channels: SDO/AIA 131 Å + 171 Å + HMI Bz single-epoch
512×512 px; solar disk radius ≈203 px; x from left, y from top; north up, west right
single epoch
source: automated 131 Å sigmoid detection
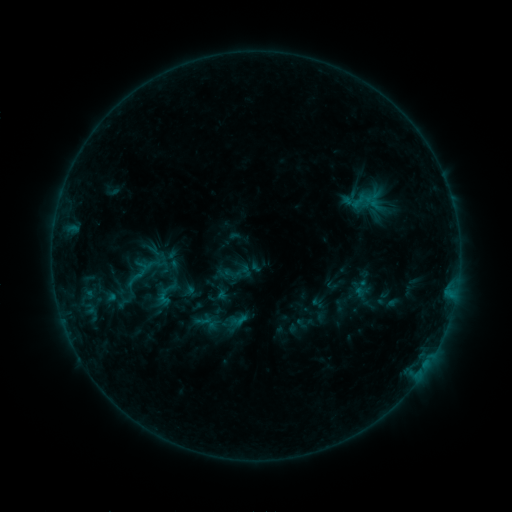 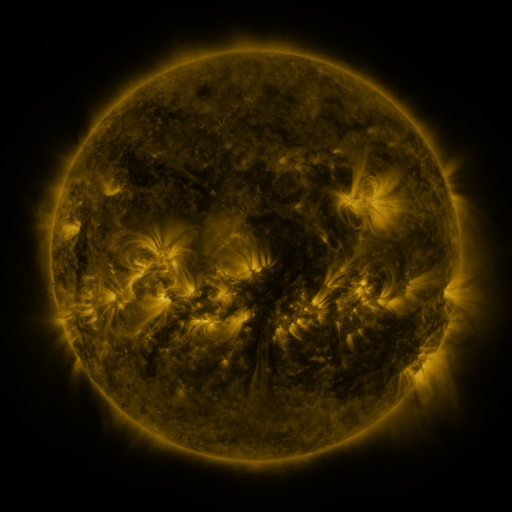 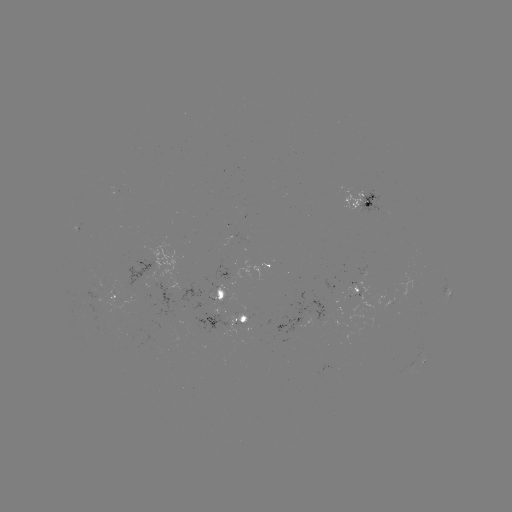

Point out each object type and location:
sigmoid: (137, 273)
sigmoid: (165, 294)
